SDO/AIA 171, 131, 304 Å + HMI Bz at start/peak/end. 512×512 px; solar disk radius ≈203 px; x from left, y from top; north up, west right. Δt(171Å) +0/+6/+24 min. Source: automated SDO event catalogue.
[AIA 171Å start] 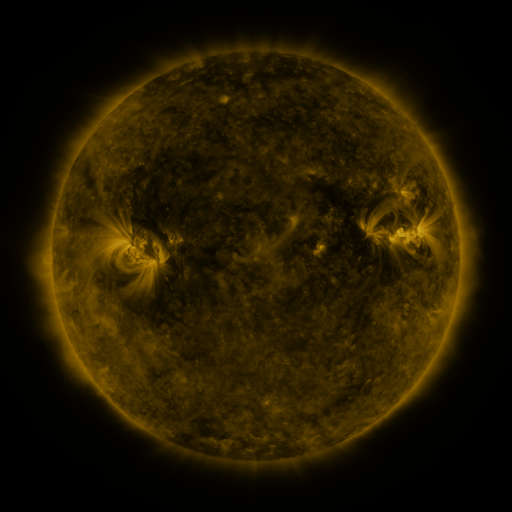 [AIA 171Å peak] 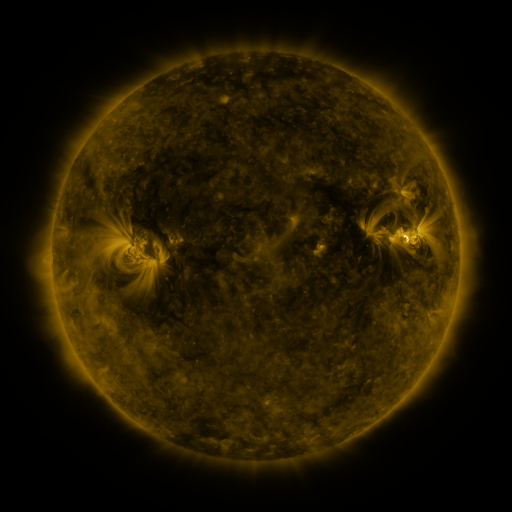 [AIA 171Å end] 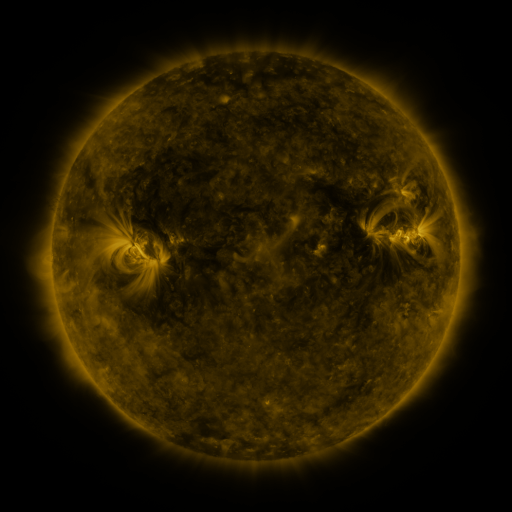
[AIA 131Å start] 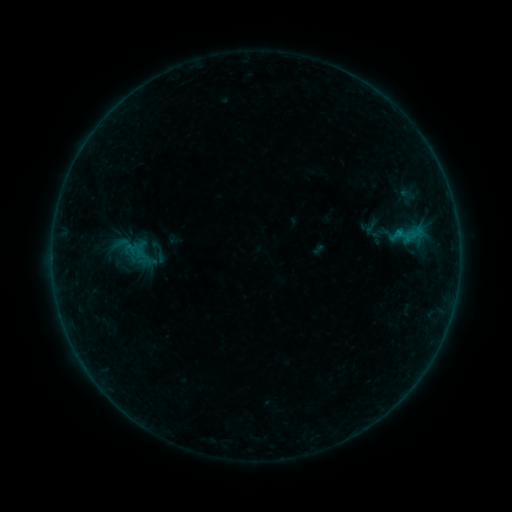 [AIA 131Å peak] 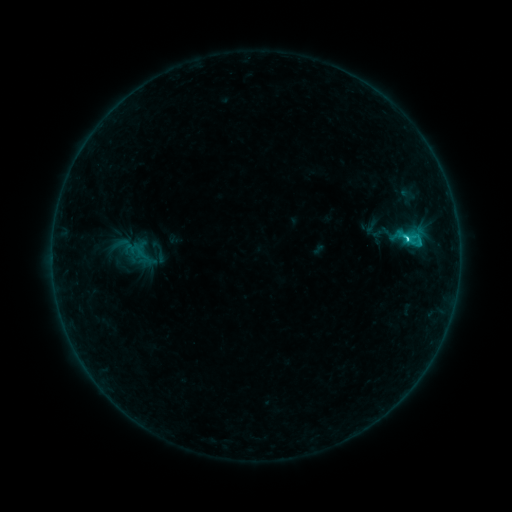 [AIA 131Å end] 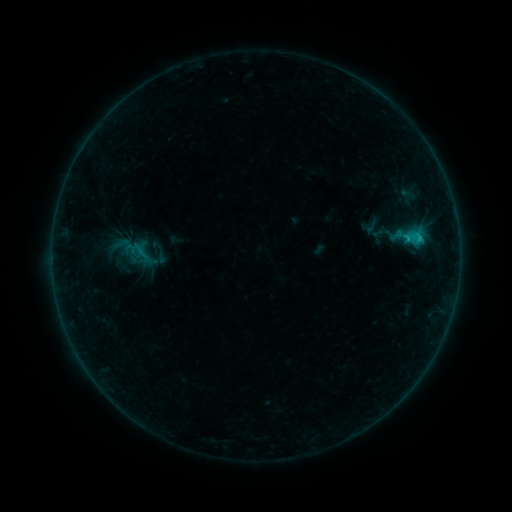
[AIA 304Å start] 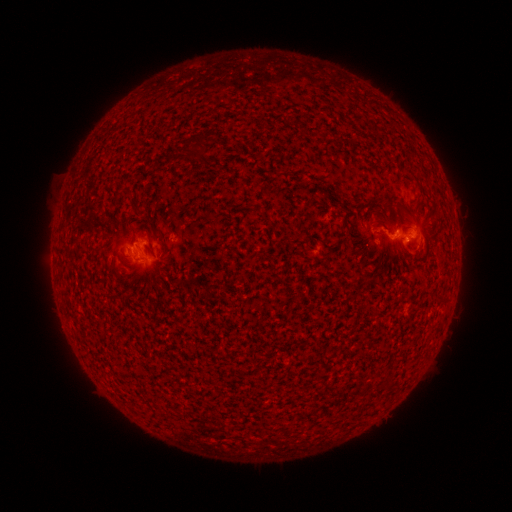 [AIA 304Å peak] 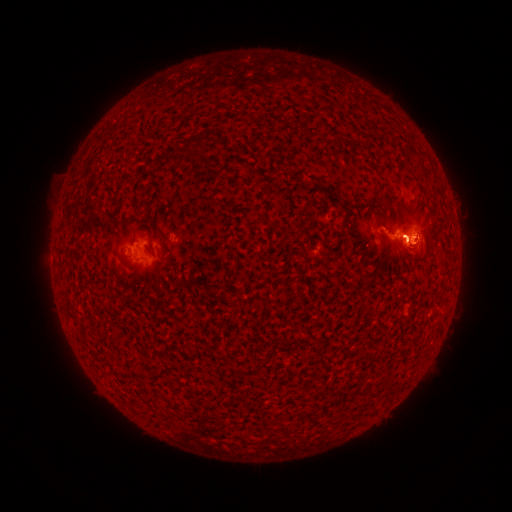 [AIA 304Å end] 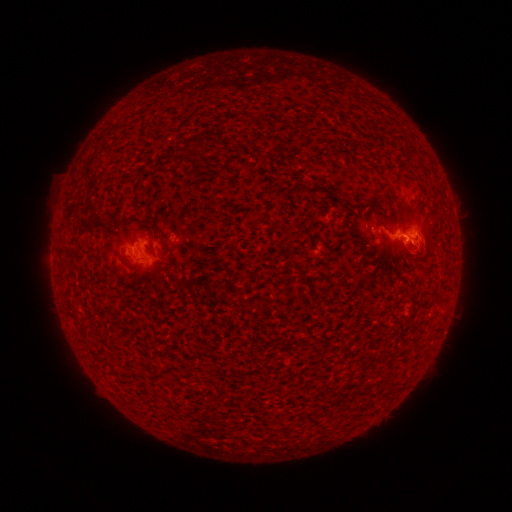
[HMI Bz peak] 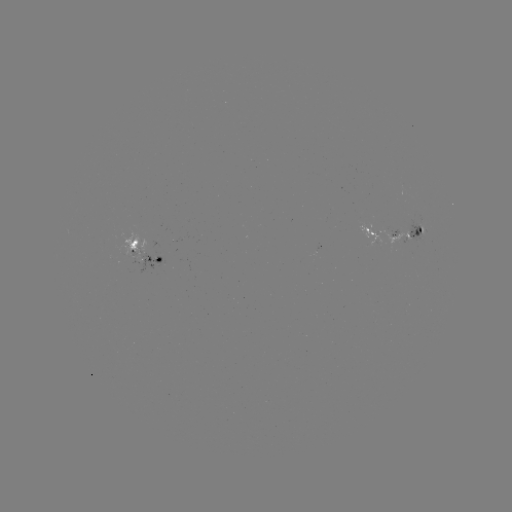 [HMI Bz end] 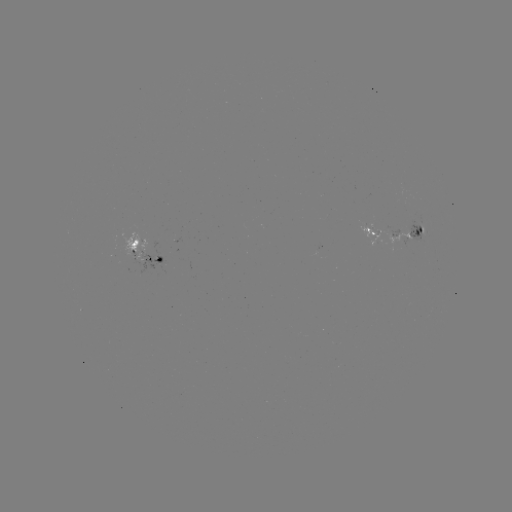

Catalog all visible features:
C1.6 flare: (405, 240)
